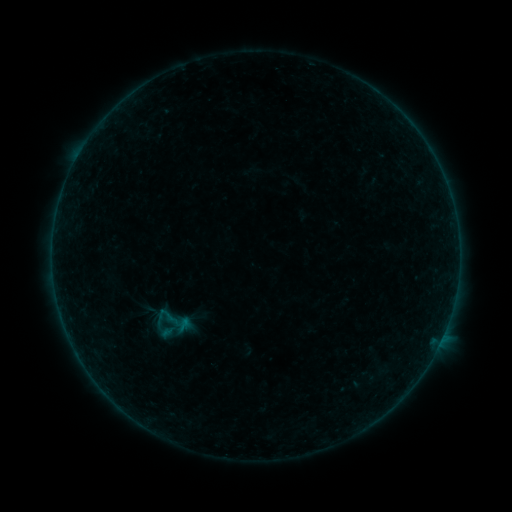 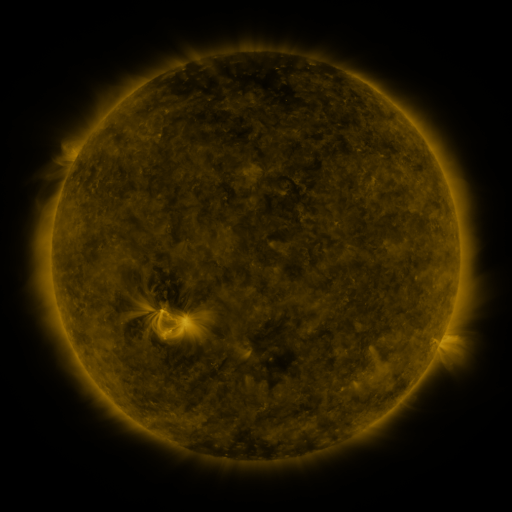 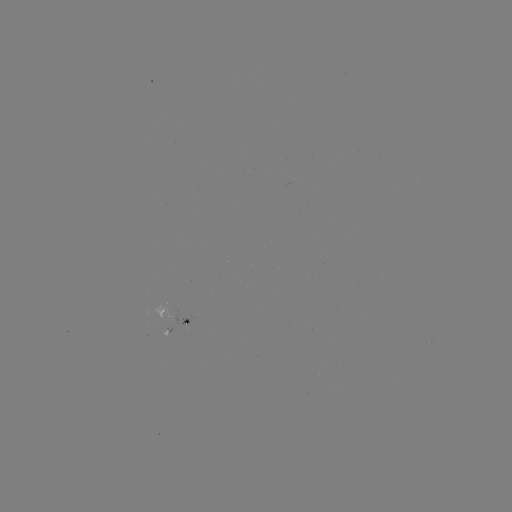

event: sigmoid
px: (171, 319)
